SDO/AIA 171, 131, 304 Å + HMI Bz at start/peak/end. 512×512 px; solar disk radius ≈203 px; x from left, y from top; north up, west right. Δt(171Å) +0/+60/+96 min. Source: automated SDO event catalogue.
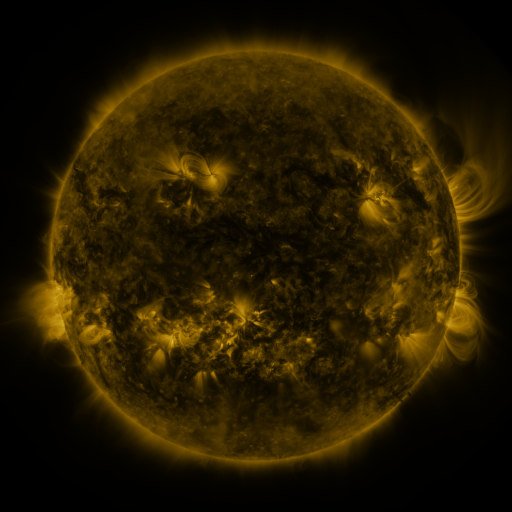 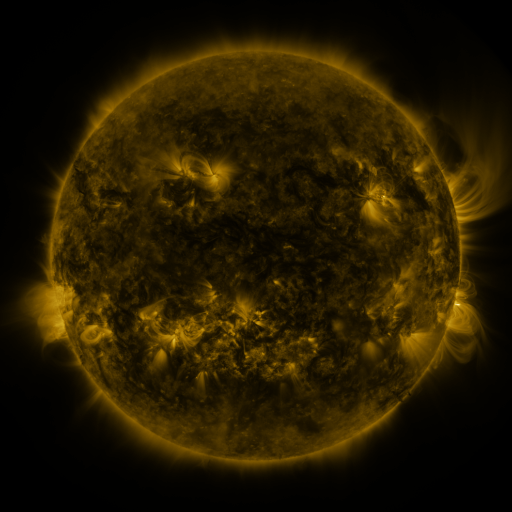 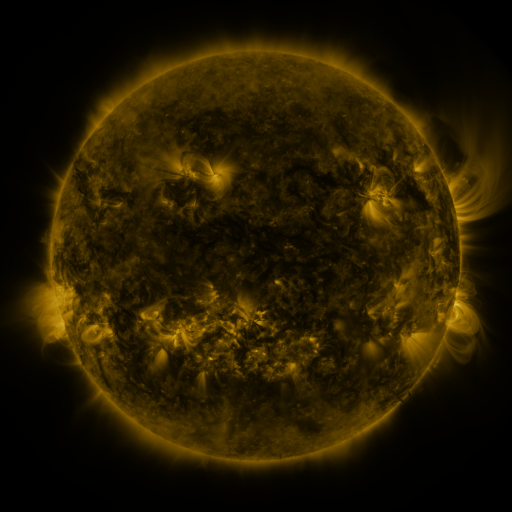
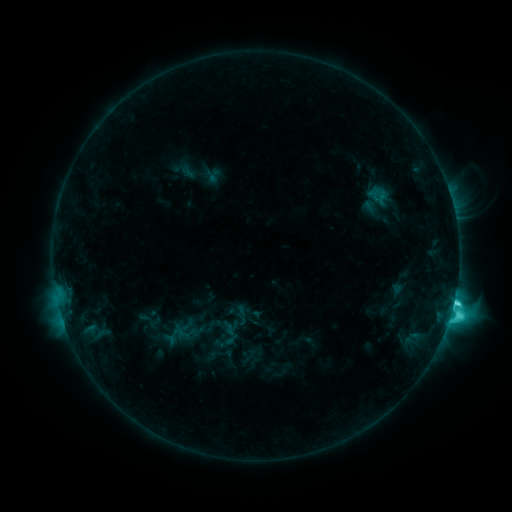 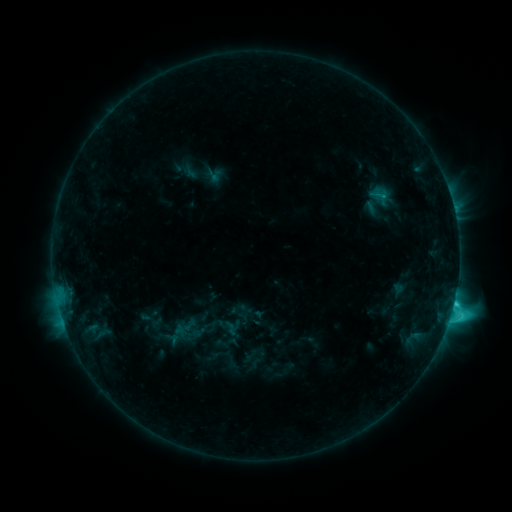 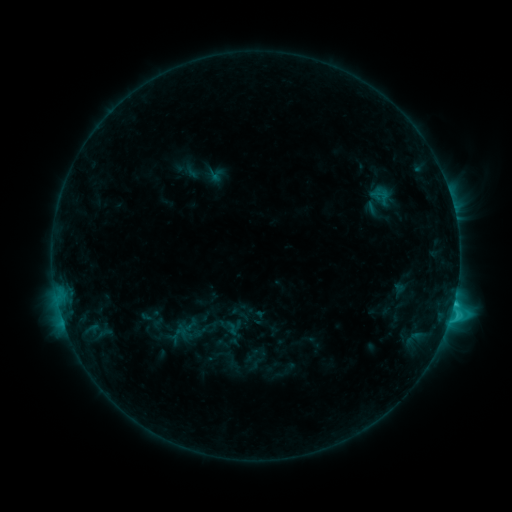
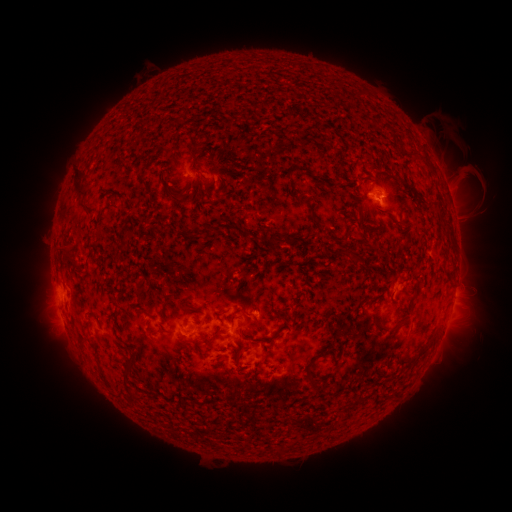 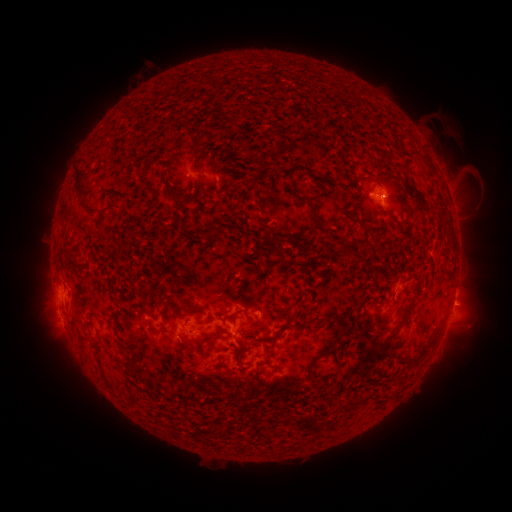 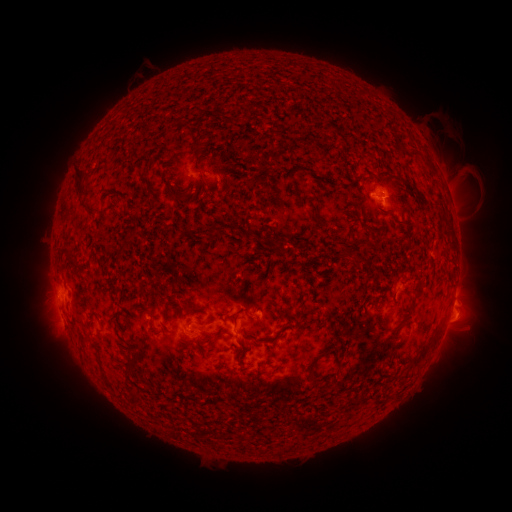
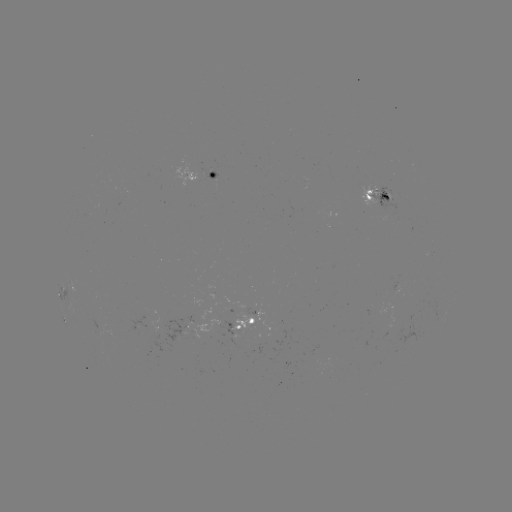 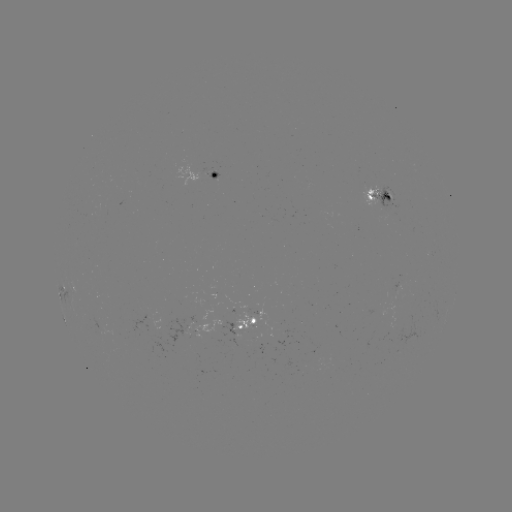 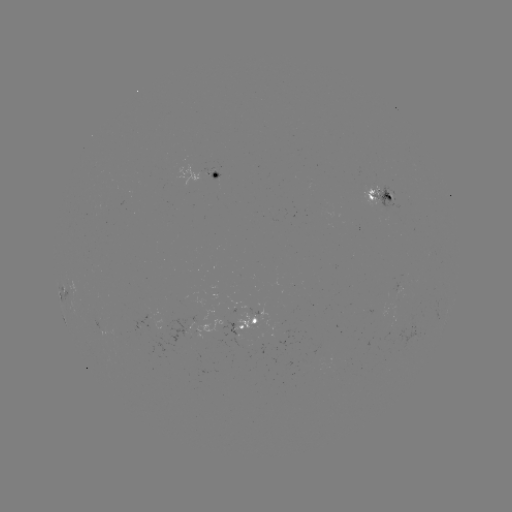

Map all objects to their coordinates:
emerging-flux region: (278, 334)
